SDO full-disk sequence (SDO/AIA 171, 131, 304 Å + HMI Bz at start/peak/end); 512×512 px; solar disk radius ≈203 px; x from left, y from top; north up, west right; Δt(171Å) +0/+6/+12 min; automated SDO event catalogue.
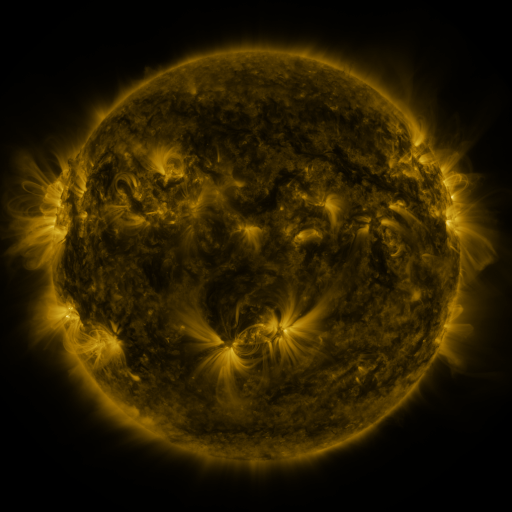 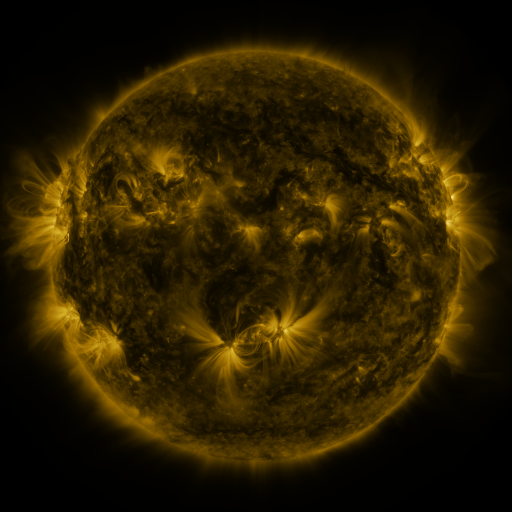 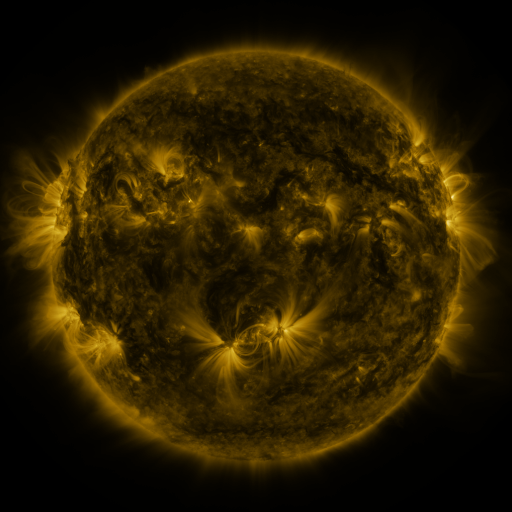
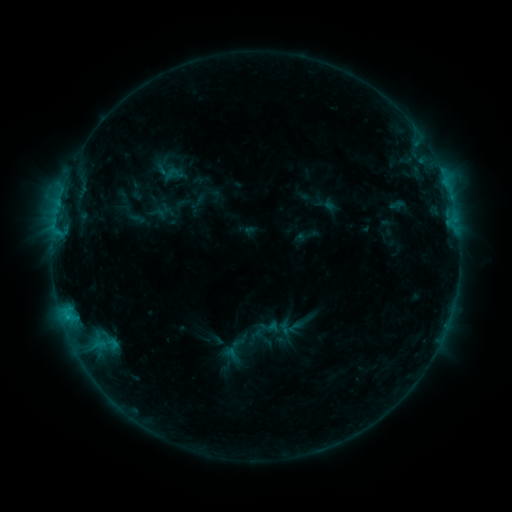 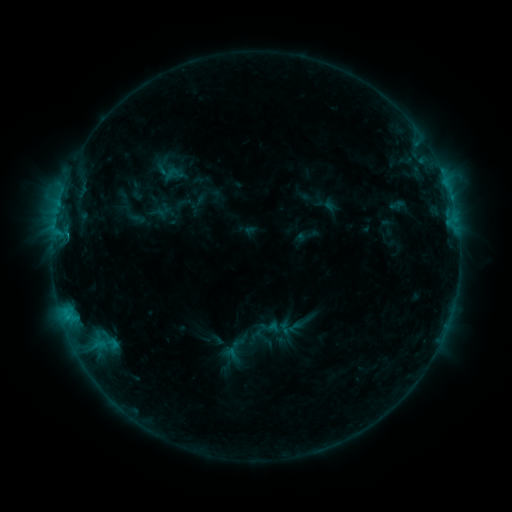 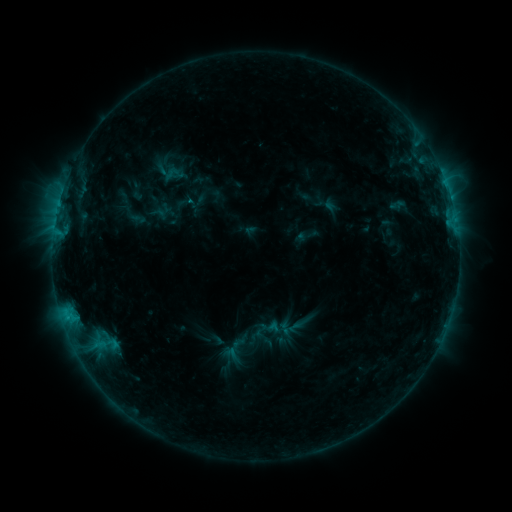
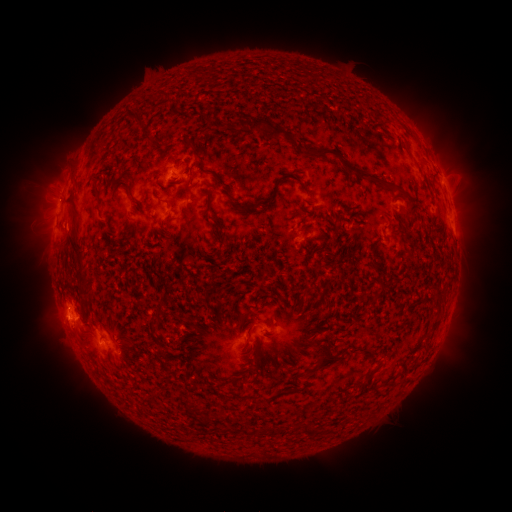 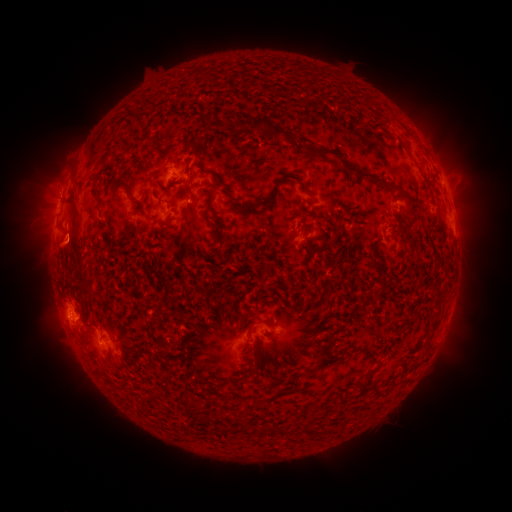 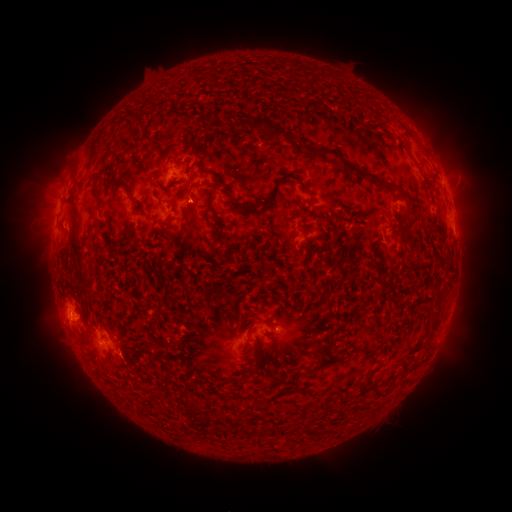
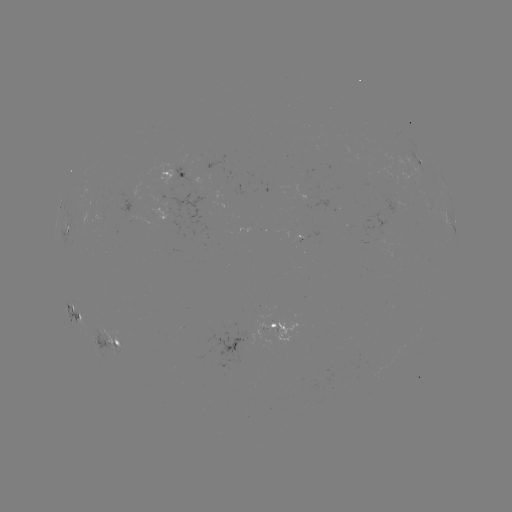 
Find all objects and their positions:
eruption: (69, 246)
